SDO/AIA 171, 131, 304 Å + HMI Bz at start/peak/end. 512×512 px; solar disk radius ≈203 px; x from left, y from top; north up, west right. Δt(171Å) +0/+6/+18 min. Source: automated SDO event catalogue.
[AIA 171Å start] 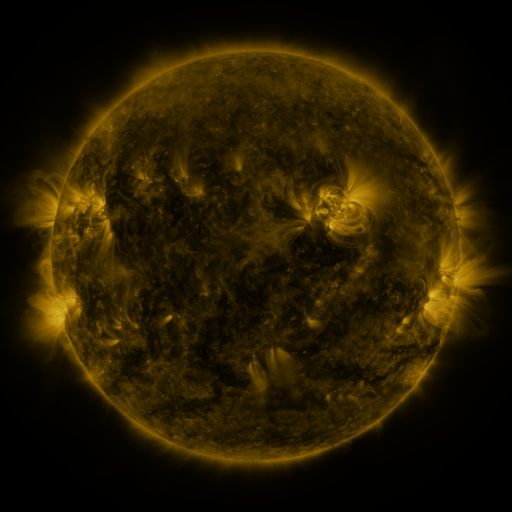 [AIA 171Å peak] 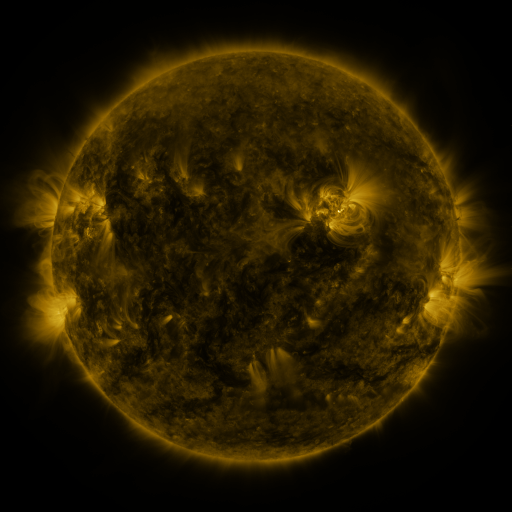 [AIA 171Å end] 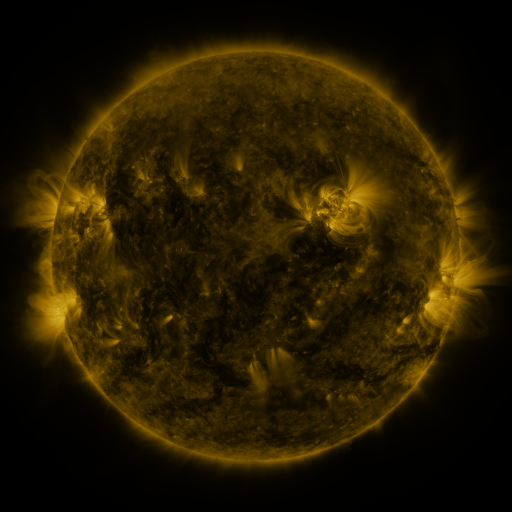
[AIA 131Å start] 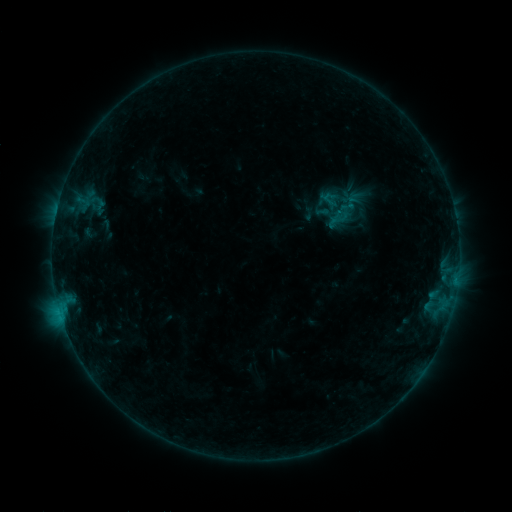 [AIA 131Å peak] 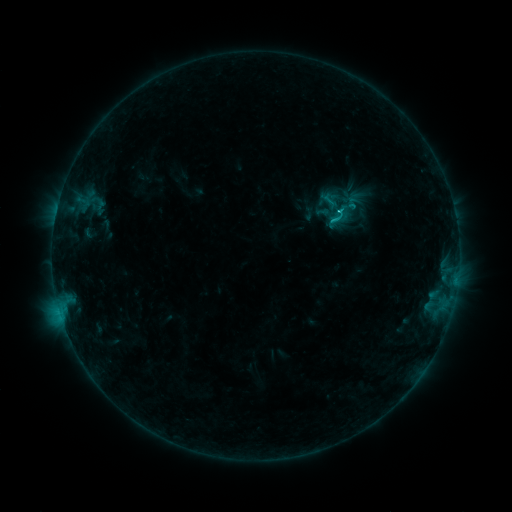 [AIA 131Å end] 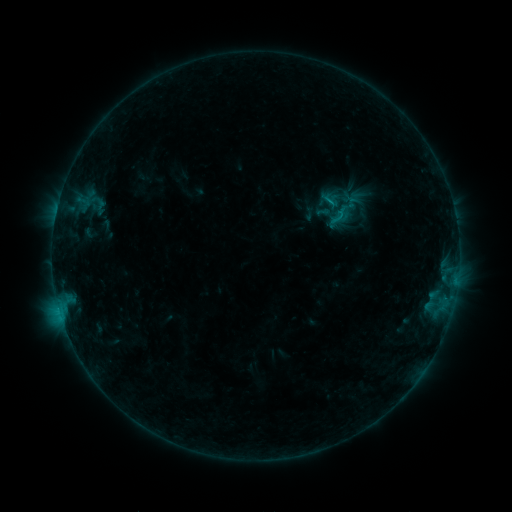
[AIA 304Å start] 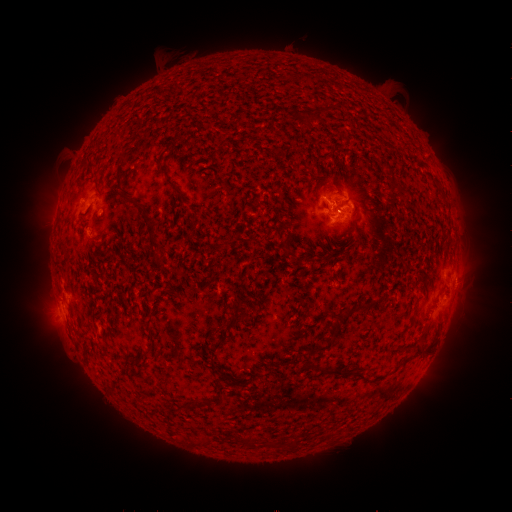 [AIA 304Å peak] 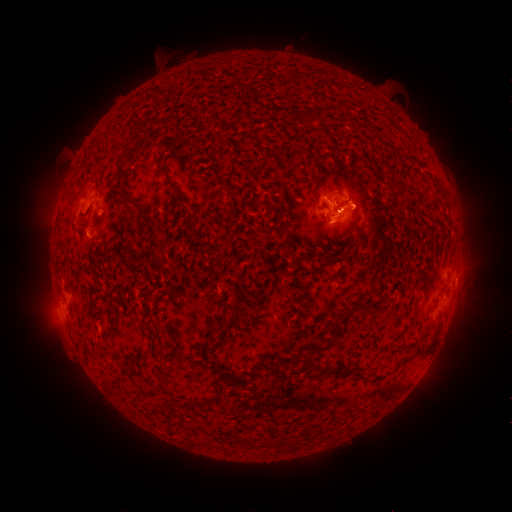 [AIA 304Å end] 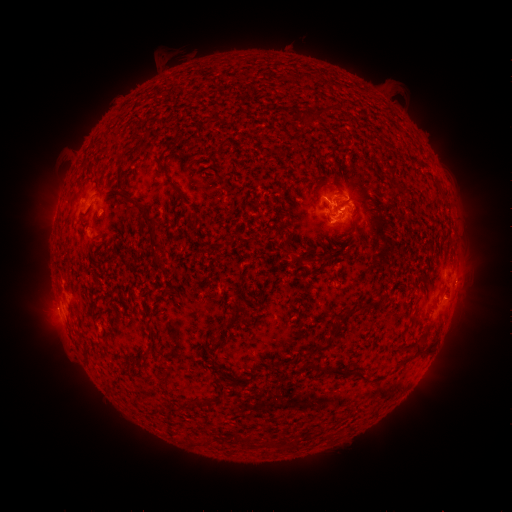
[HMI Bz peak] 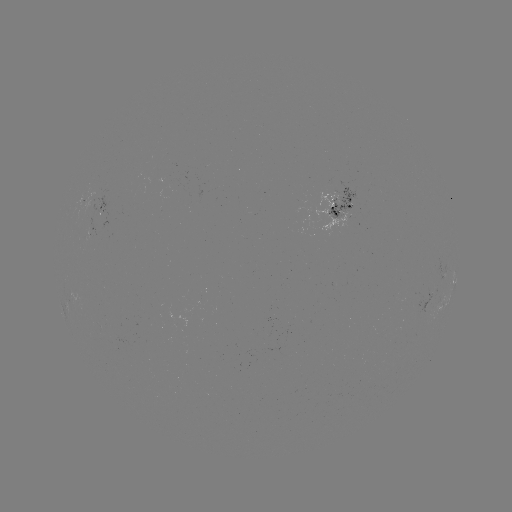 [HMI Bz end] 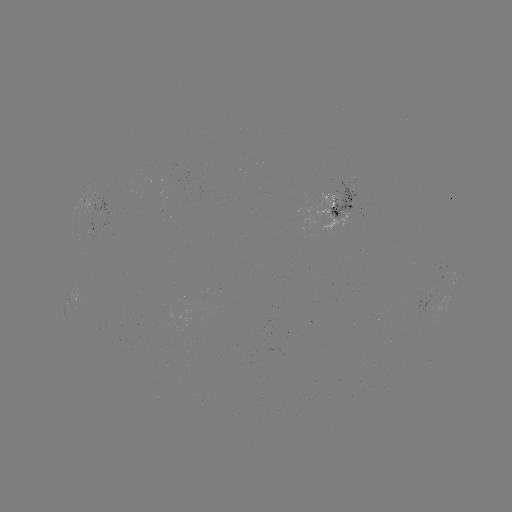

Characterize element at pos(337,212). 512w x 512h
C1.0 flare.